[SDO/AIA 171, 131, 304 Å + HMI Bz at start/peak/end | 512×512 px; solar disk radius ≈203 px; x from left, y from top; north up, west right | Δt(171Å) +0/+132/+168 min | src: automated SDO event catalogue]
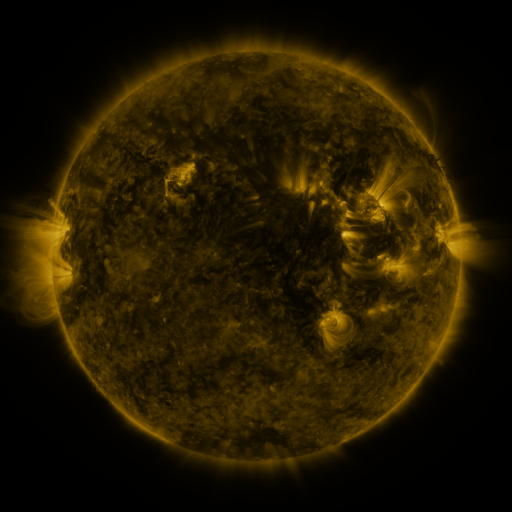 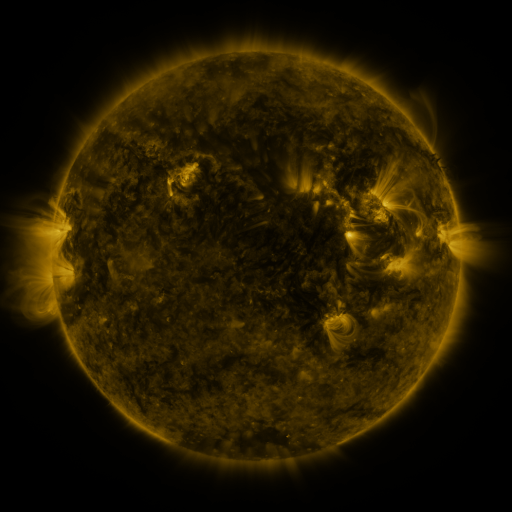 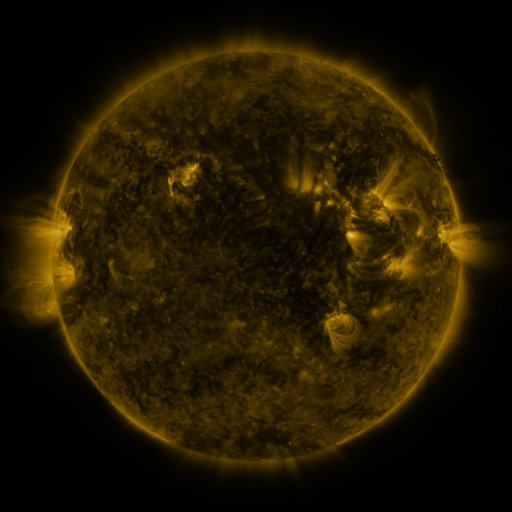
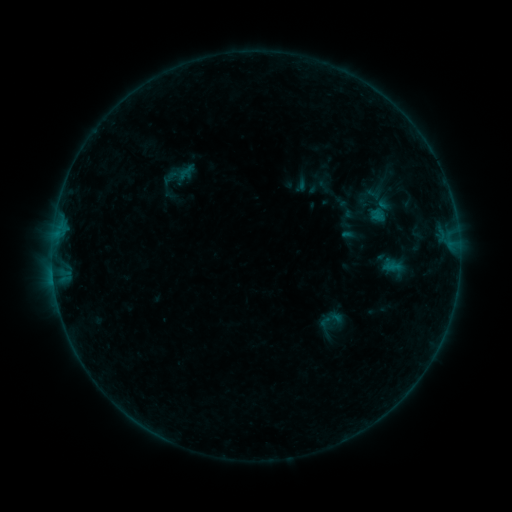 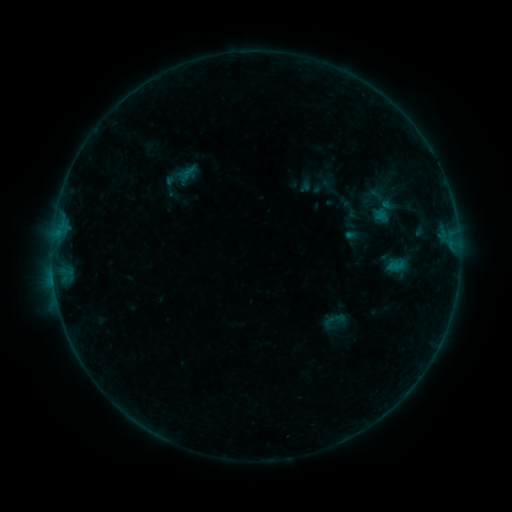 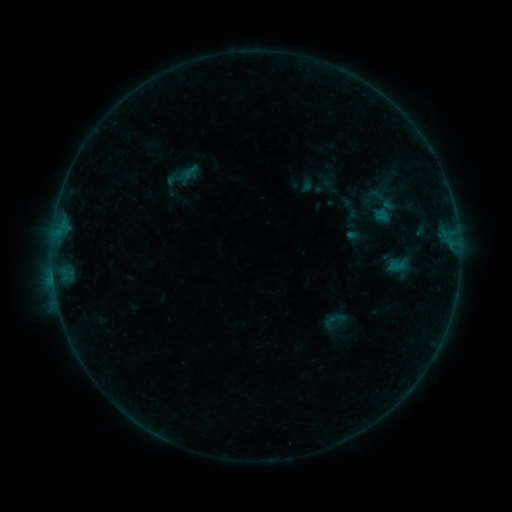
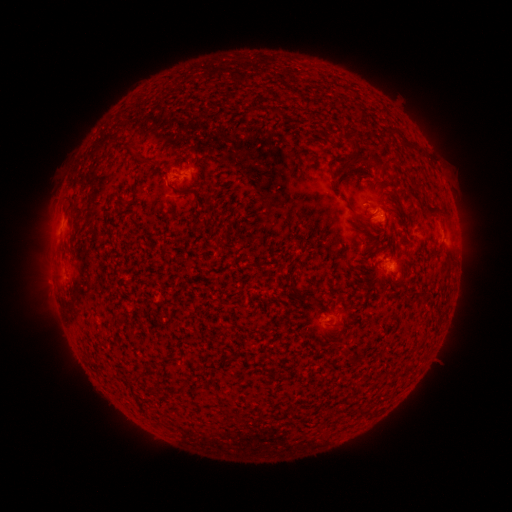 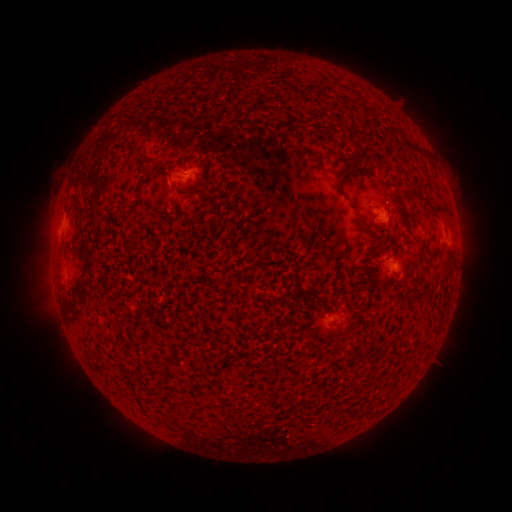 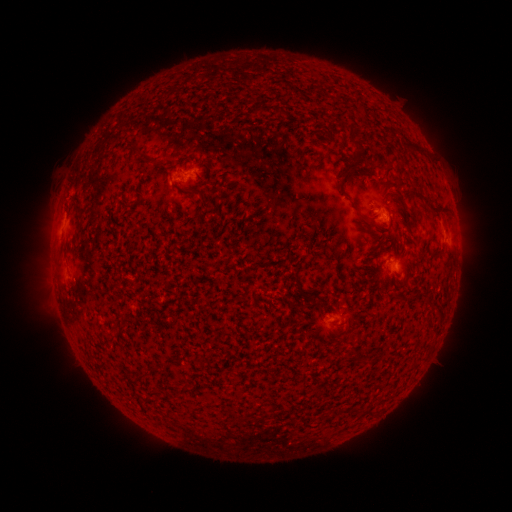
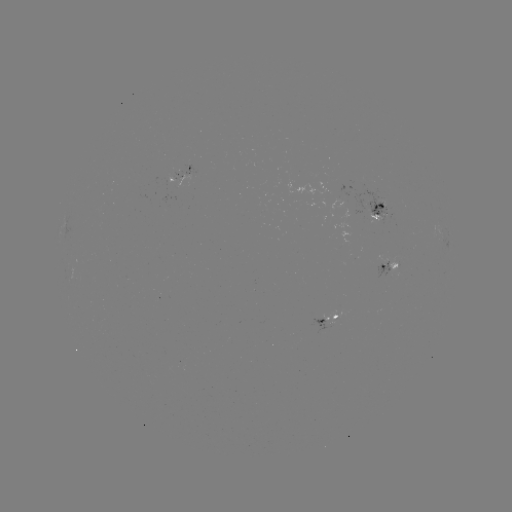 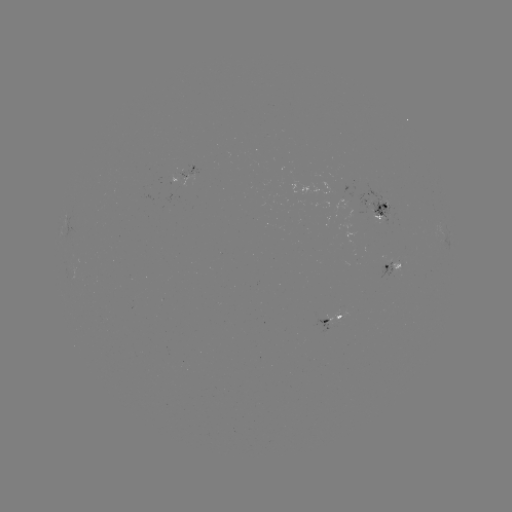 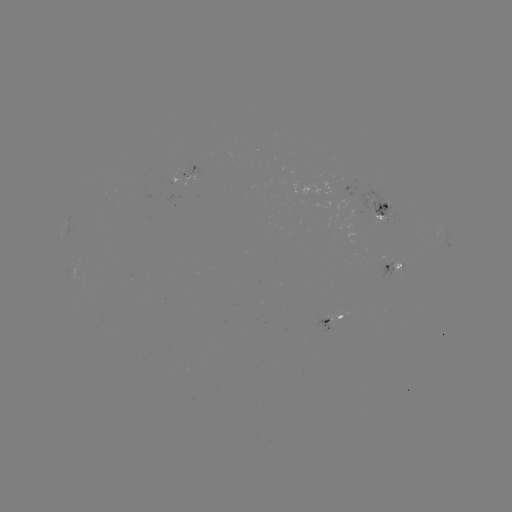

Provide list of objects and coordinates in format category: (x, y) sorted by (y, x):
emerging-flux region: (375, 208)
